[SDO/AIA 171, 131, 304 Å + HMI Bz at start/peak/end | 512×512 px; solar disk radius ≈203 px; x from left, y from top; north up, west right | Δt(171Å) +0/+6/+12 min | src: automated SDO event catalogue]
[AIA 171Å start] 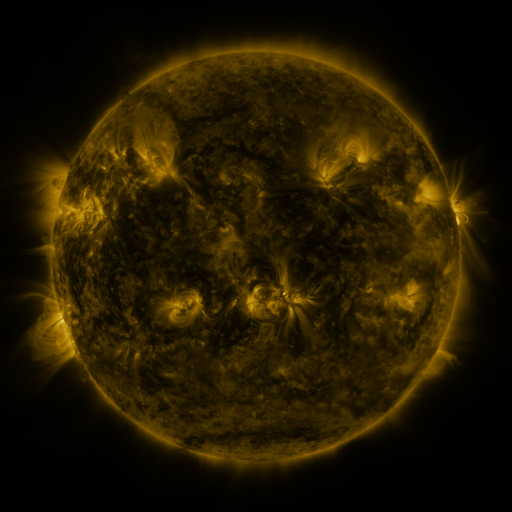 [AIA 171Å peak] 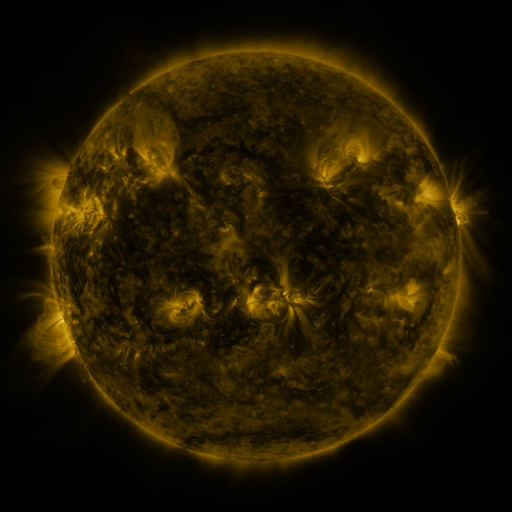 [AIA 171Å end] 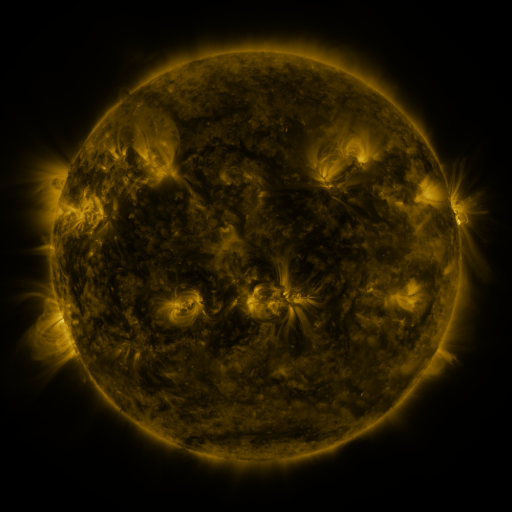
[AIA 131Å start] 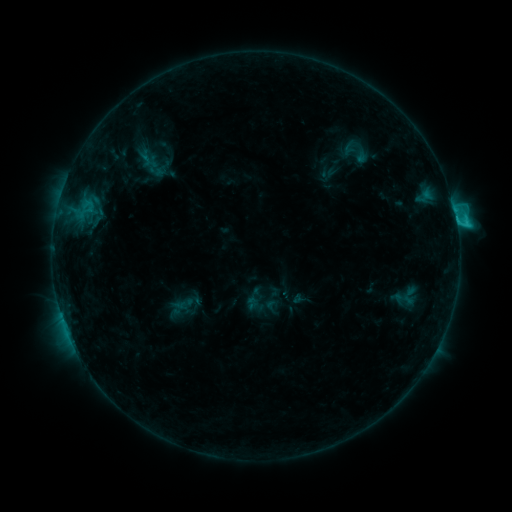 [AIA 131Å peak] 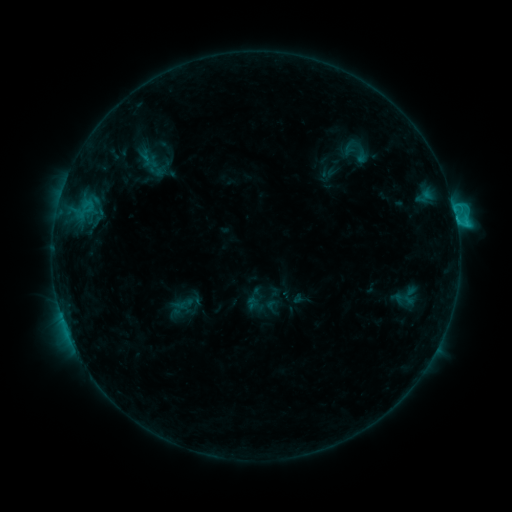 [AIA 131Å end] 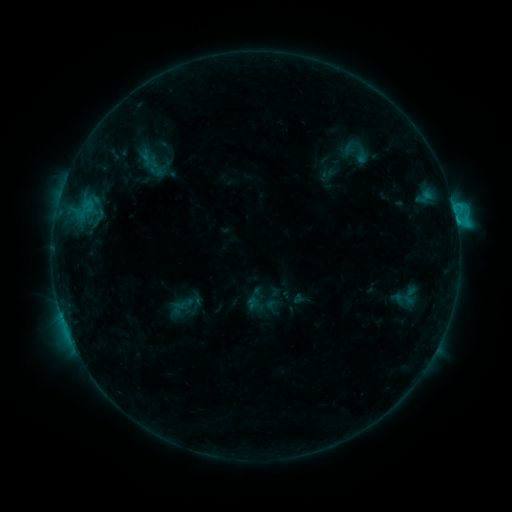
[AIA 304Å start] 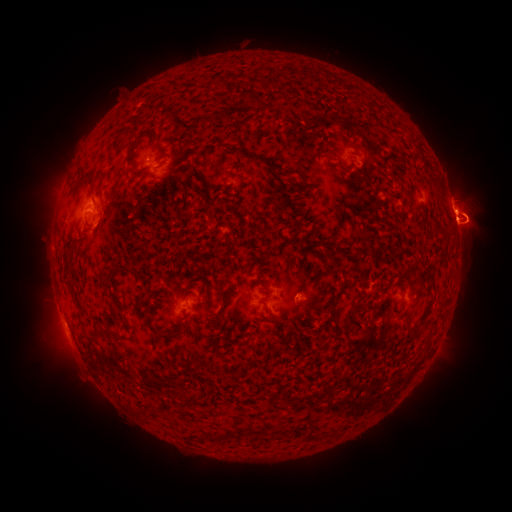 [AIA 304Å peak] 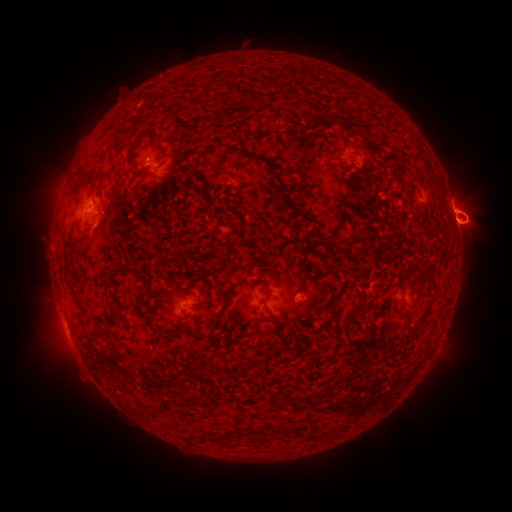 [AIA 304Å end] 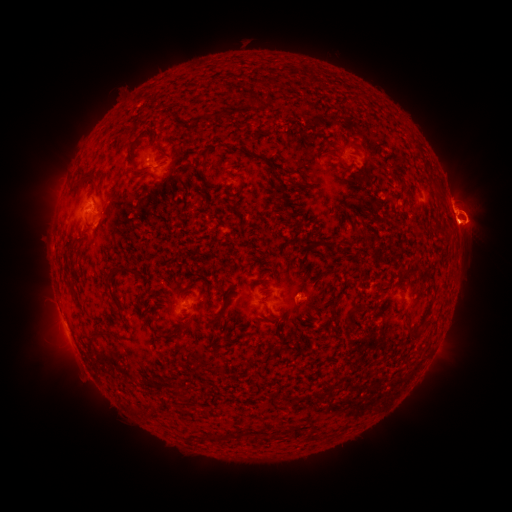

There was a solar eruption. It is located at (473, 202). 